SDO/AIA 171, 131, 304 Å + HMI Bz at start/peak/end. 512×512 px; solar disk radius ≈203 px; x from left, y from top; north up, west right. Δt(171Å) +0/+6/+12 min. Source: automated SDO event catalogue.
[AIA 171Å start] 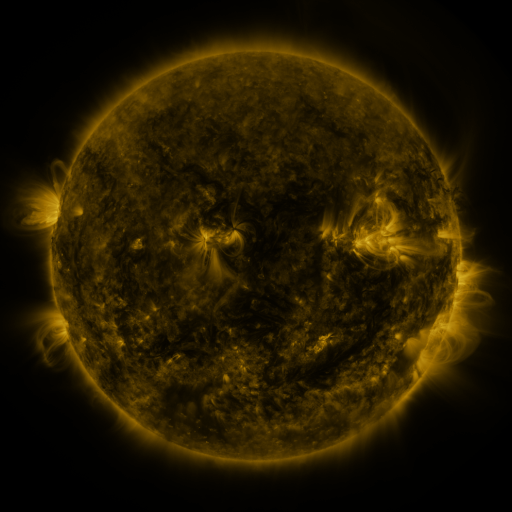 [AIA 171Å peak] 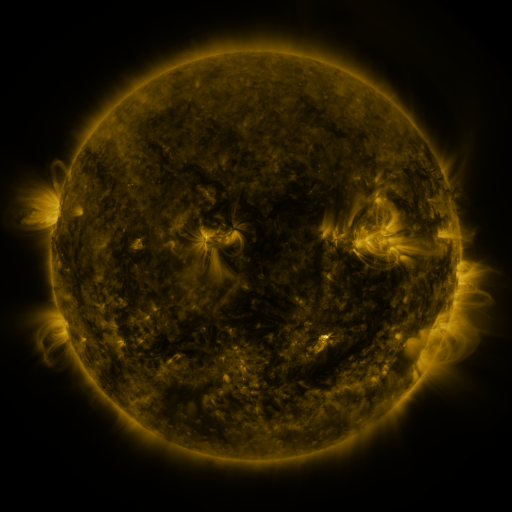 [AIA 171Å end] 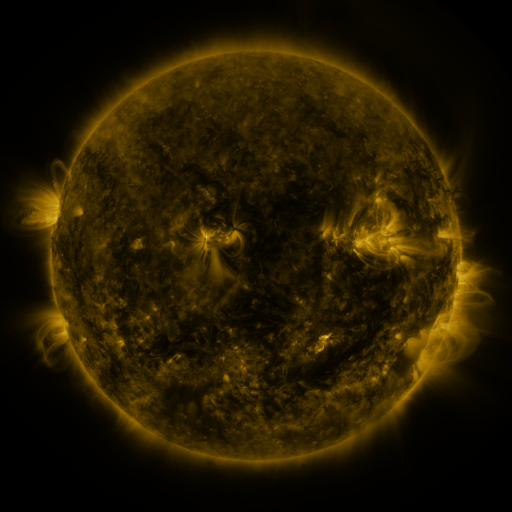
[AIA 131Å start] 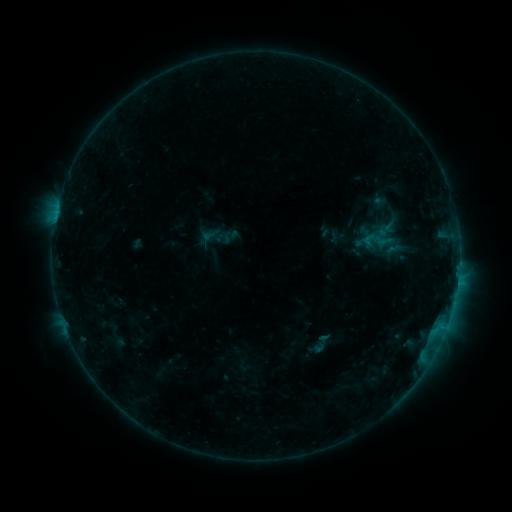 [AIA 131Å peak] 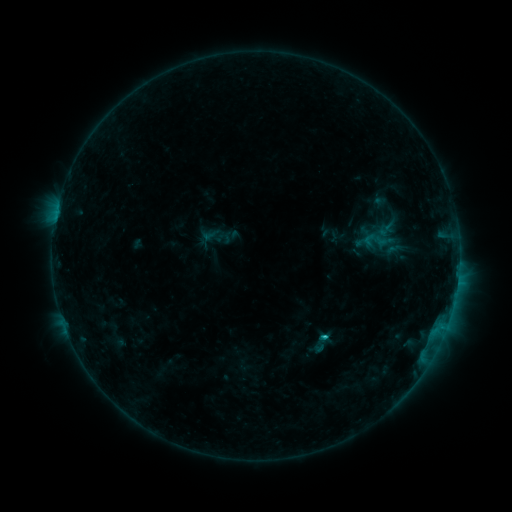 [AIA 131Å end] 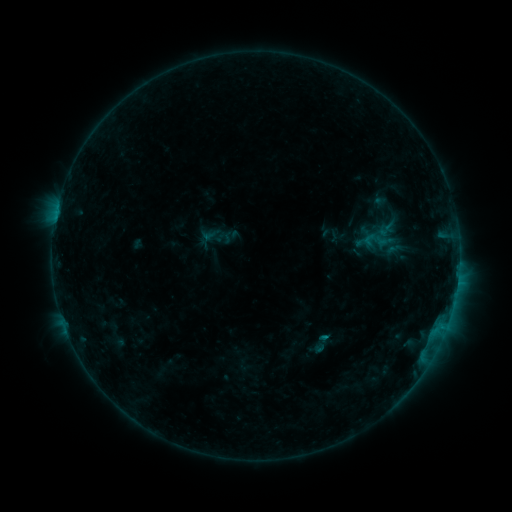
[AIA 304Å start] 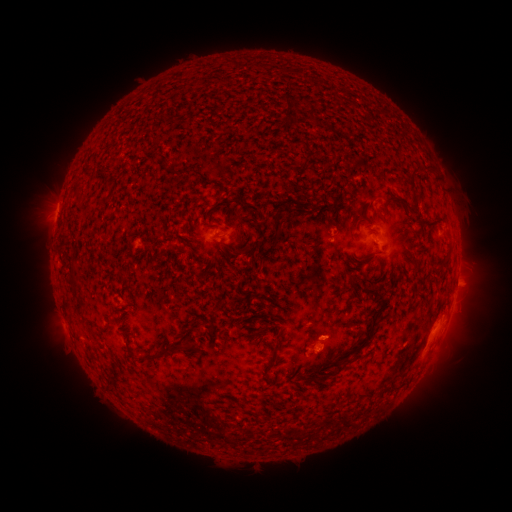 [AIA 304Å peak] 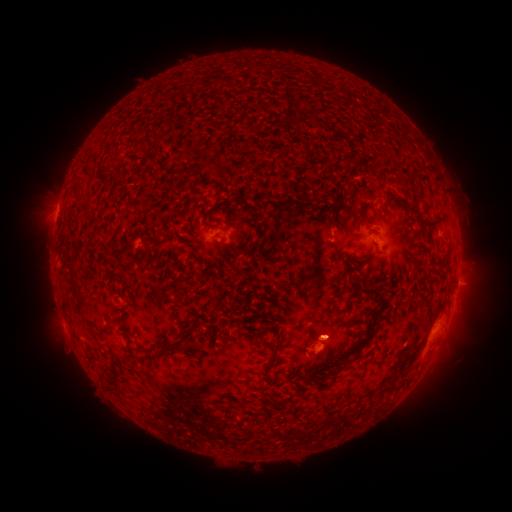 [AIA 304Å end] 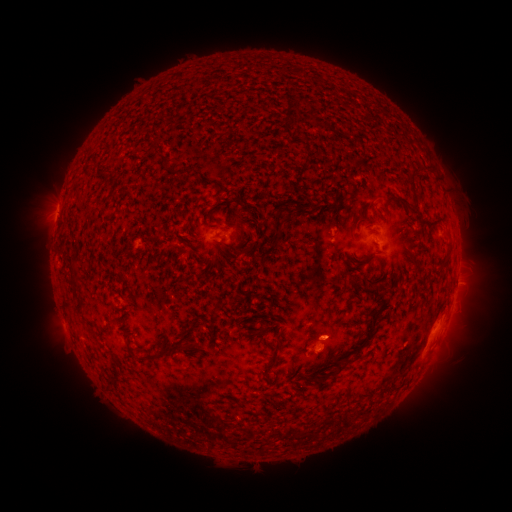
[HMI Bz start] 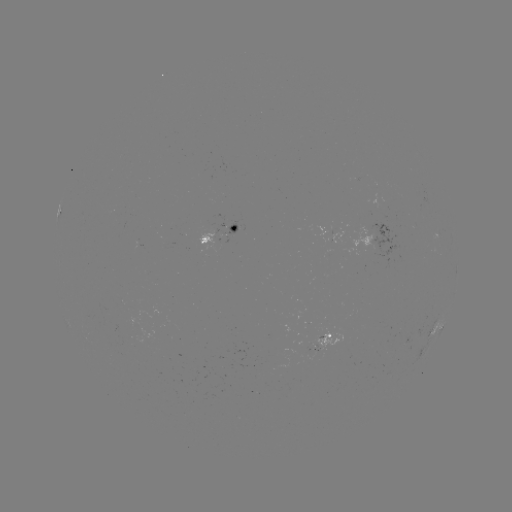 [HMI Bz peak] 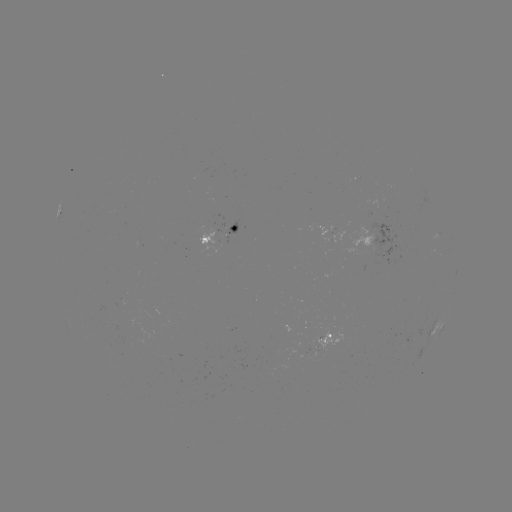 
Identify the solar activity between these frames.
C1.6 flare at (322, 335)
